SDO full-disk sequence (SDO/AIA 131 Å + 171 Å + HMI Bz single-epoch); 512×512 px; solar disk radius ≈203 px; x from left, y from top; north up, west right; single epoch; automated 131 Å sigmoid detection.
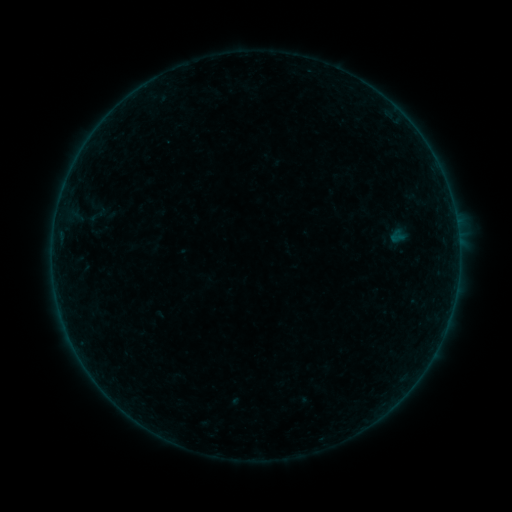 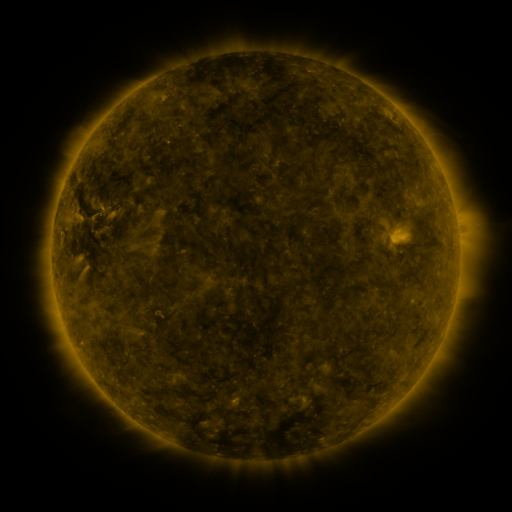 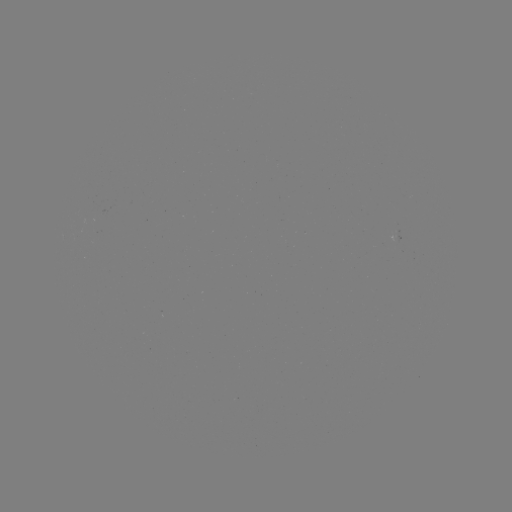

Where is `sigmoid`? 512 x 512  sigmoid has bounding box [85, 202, 110, 226].